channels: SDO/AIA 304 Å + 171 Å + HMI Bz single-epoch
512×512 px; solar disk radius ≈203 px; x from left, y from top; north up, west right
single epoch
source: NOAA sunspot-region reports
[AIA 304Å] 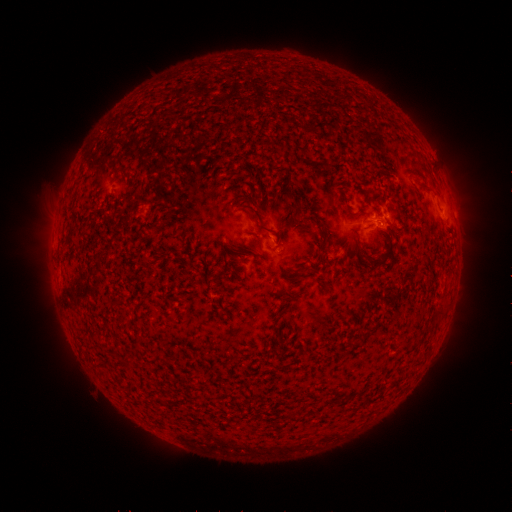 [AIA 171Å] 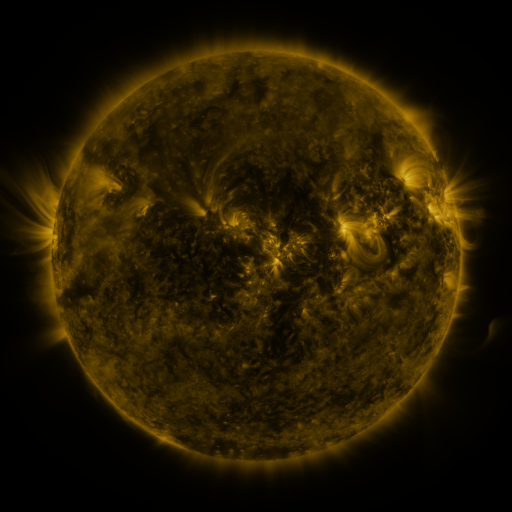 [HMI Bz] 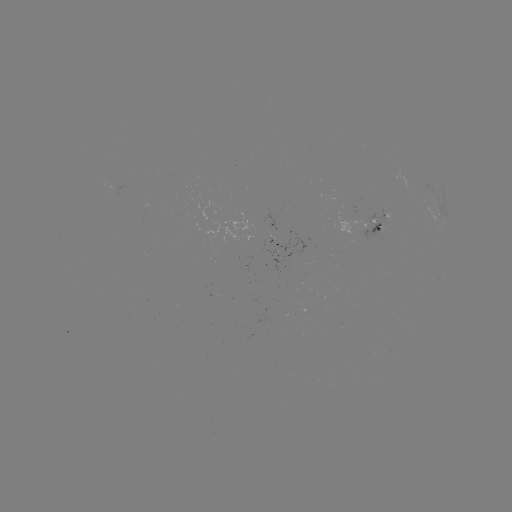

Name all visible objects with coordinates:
spotted active region: (436, 215)
spotted active region: (374, 226)
spotted active region: (280, 245)
spotted active region: (441, 282)
